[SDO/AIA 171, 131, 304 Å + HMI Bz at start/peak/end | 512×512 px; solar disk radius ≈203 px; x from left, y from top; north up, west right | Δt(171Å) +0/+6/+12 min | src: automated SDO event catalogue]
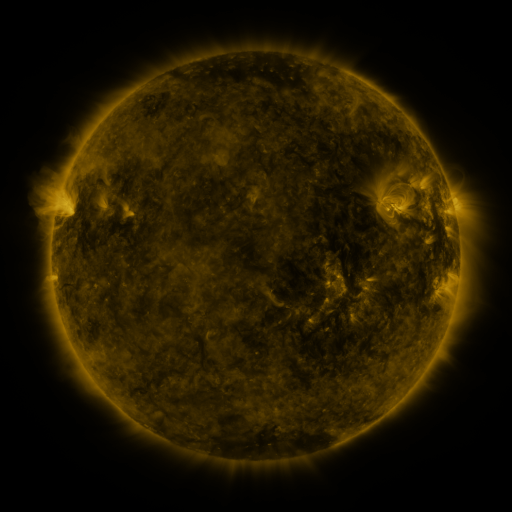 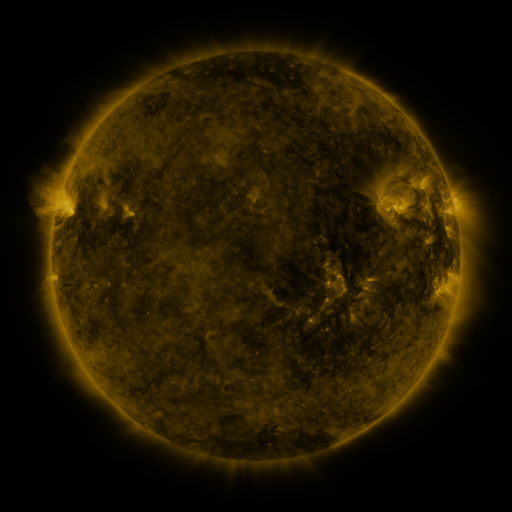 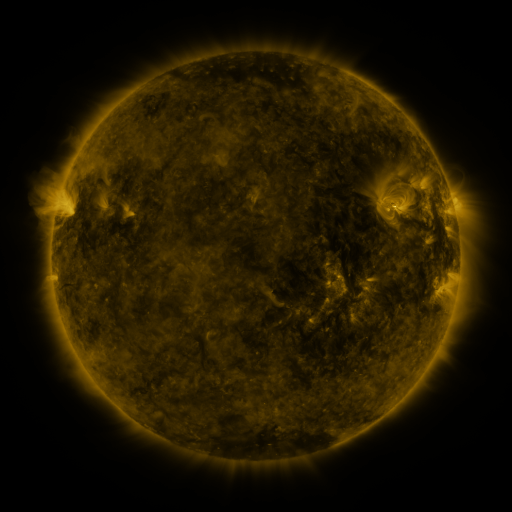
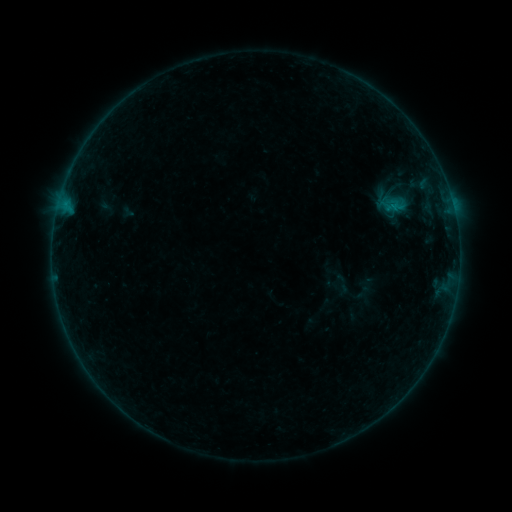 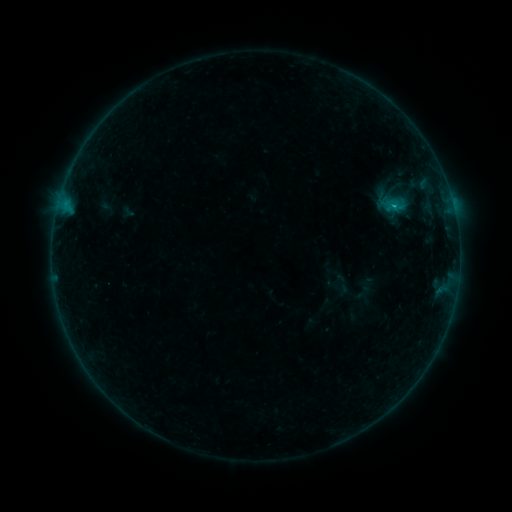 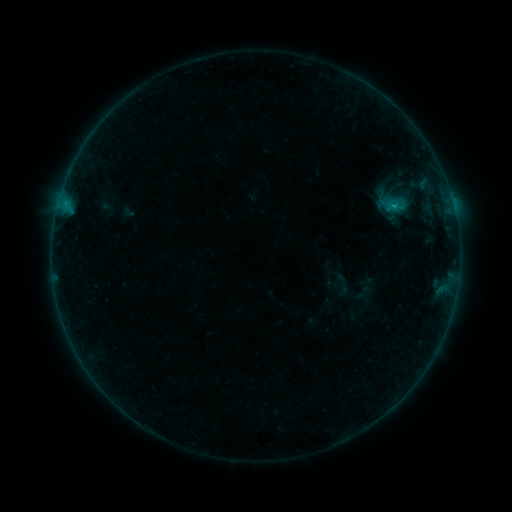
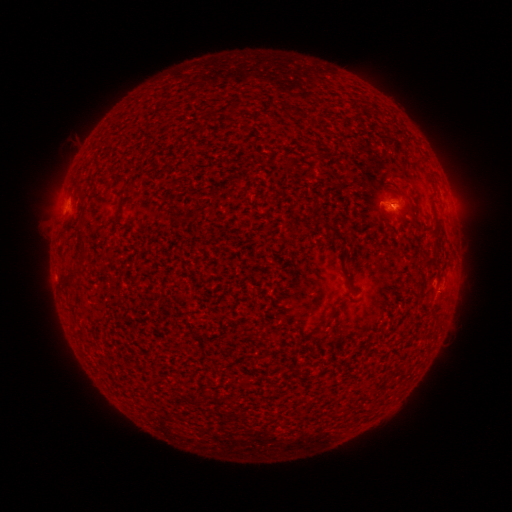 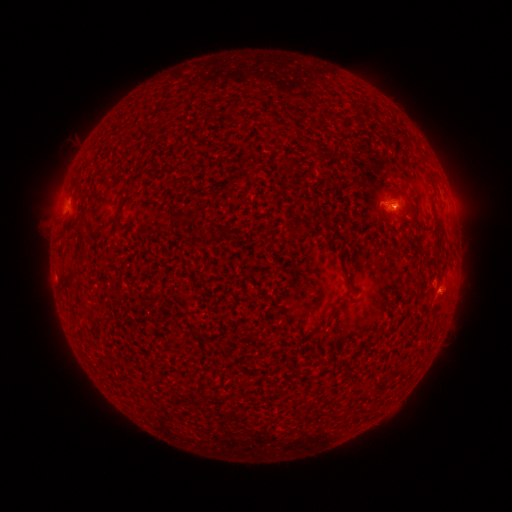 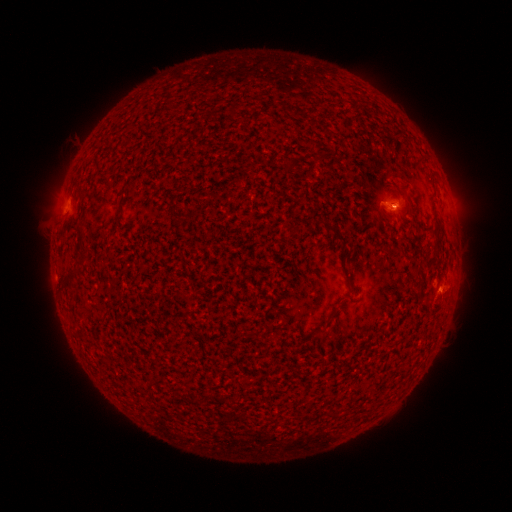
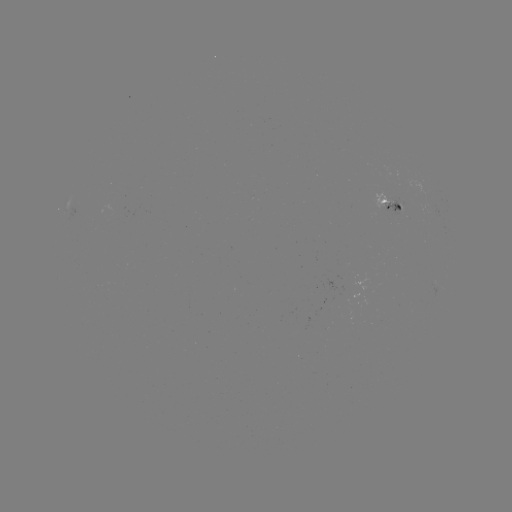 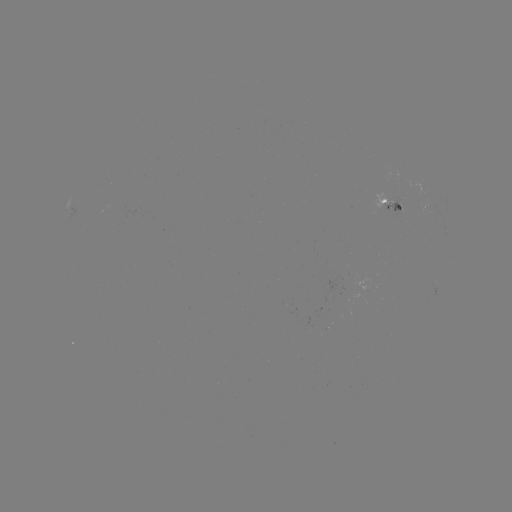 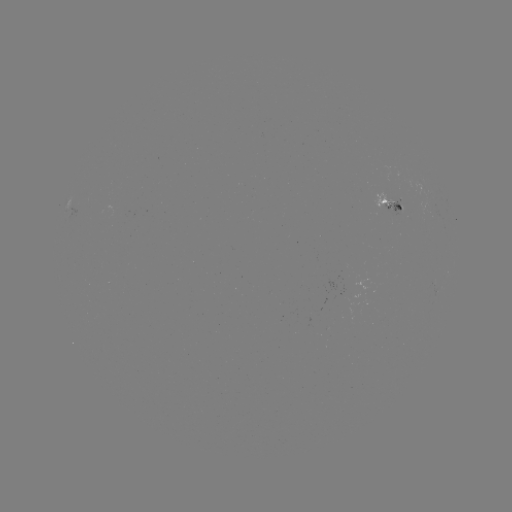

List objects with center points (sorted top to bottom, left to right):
B2.9 flare: (393, 206)
